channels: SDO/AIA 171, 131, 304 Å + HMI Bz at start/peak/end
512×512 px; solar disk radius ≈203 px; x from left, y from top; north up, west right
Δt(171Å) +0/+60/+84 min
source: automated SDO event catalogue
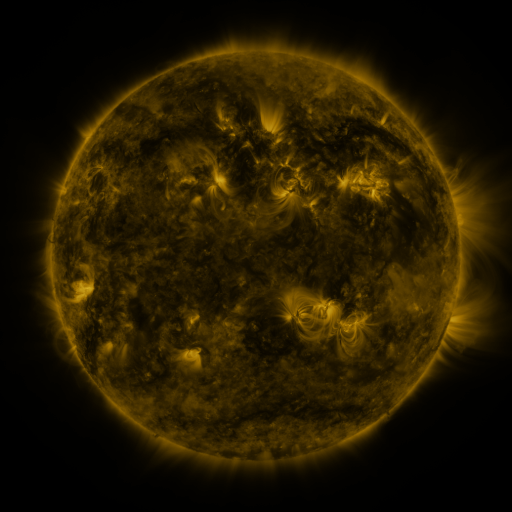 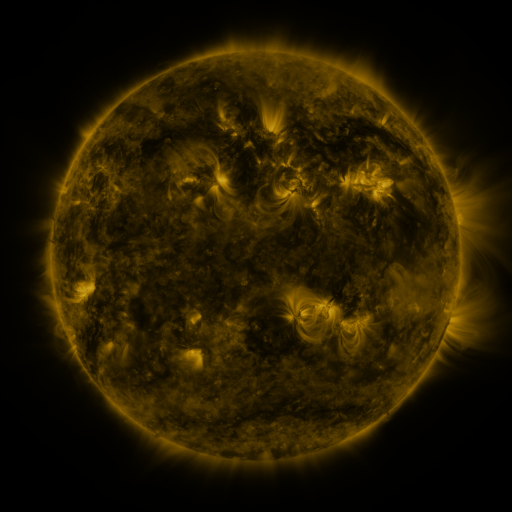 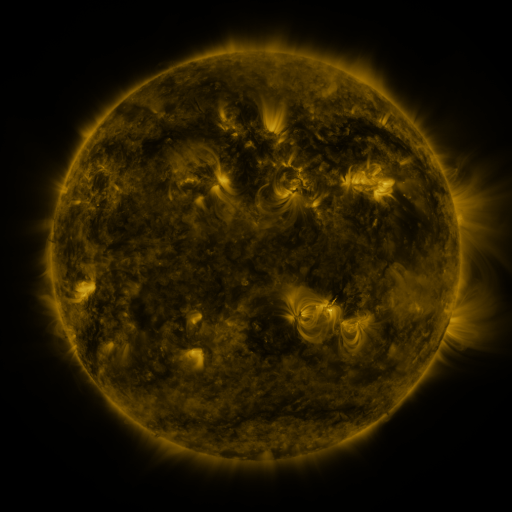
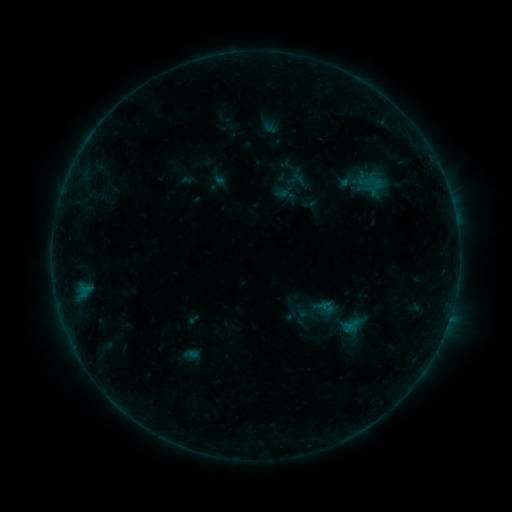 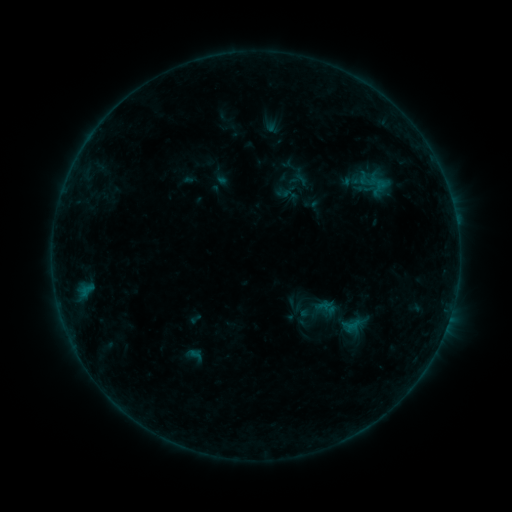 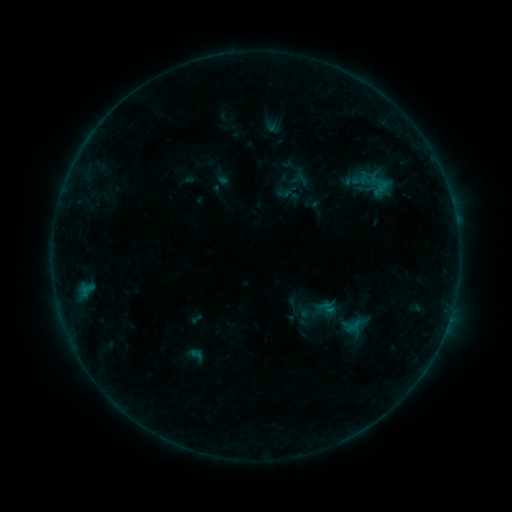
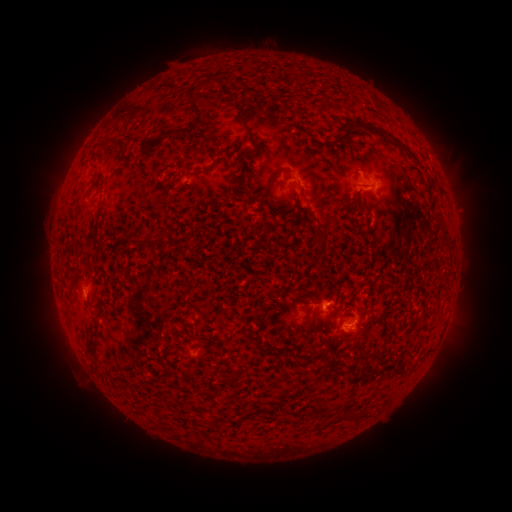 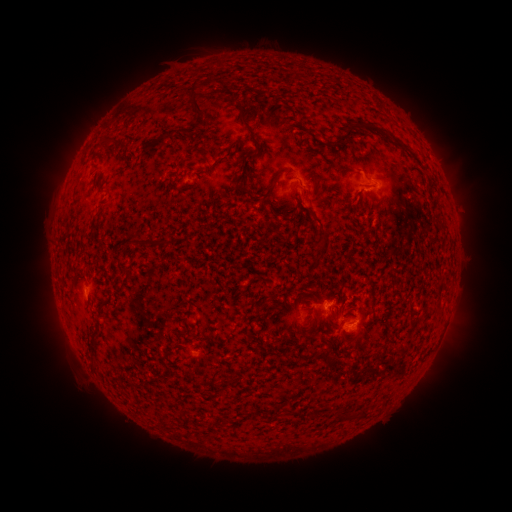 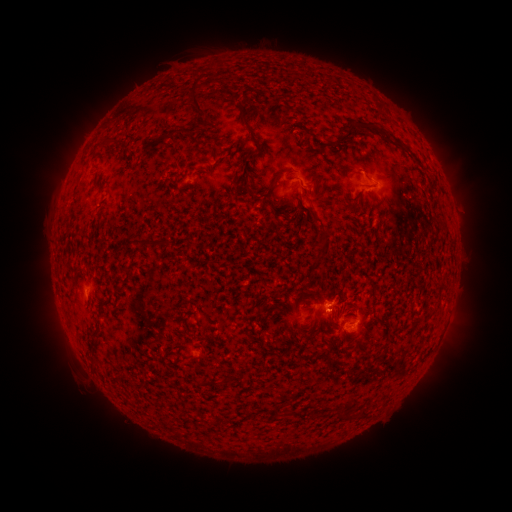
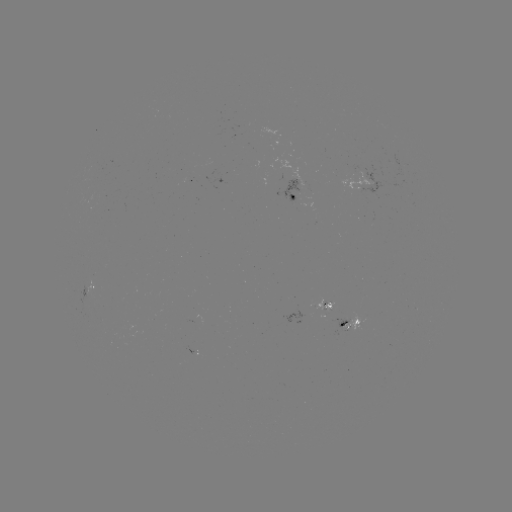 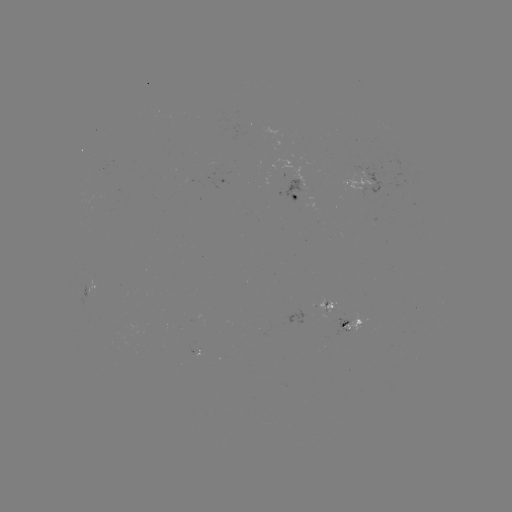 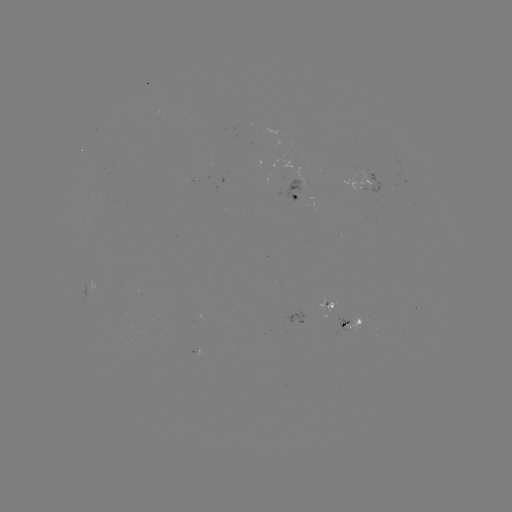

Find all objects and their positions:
emerging-flux region: (299, 197)
